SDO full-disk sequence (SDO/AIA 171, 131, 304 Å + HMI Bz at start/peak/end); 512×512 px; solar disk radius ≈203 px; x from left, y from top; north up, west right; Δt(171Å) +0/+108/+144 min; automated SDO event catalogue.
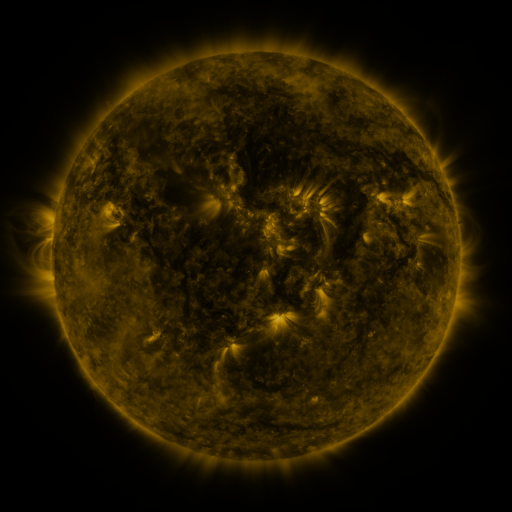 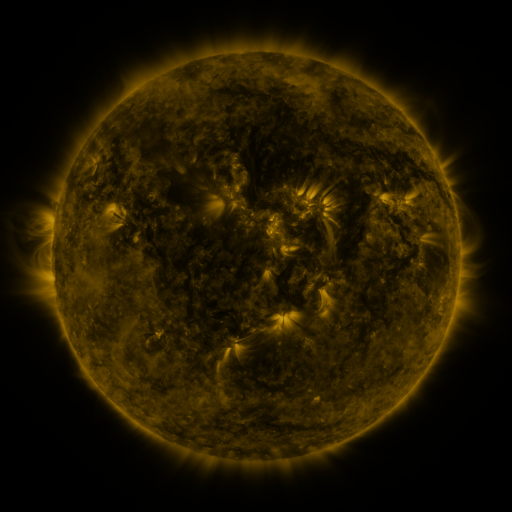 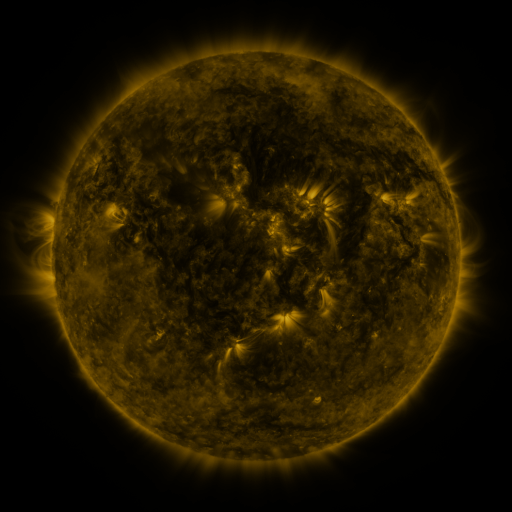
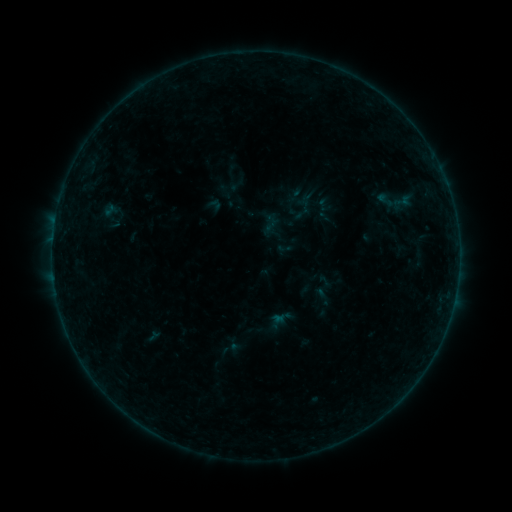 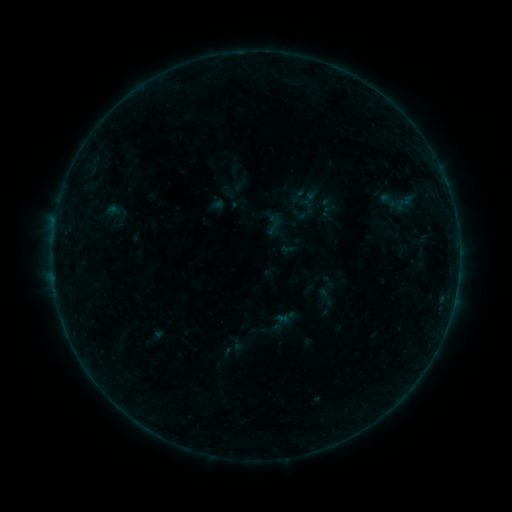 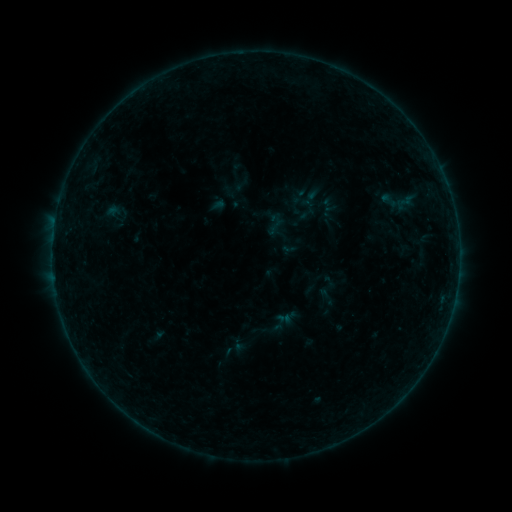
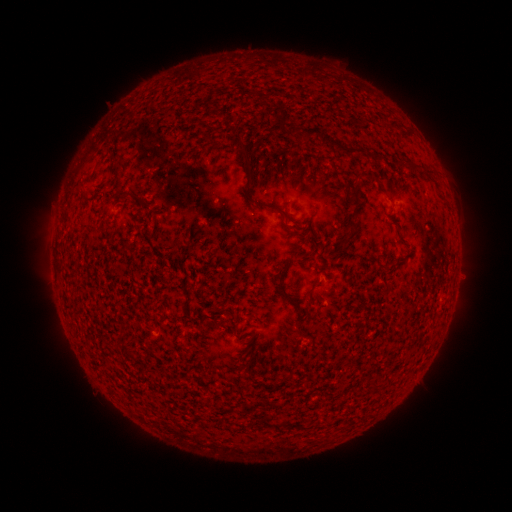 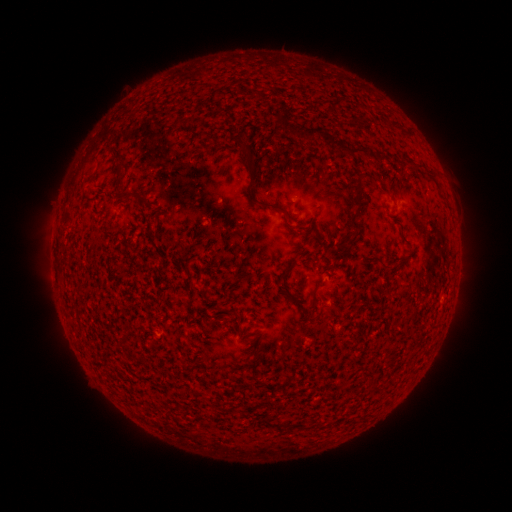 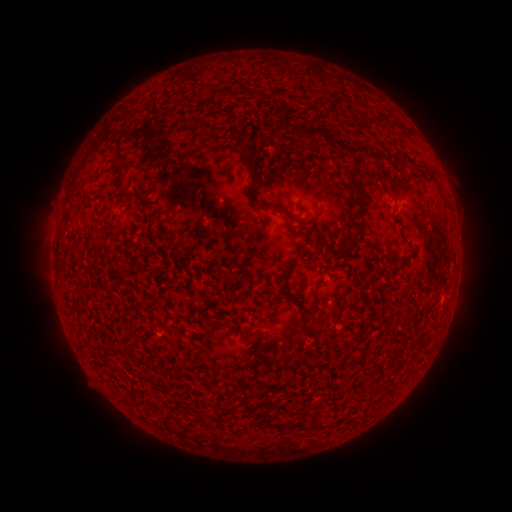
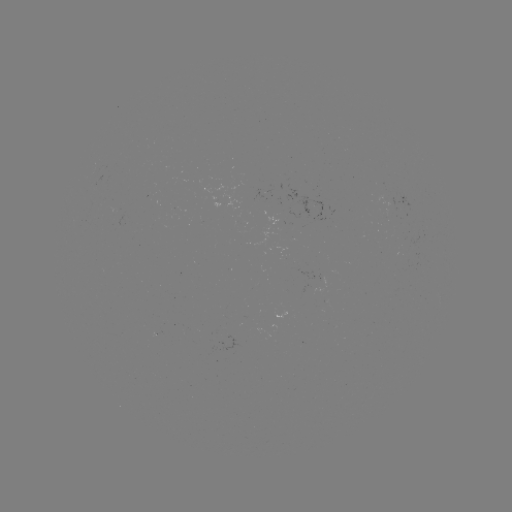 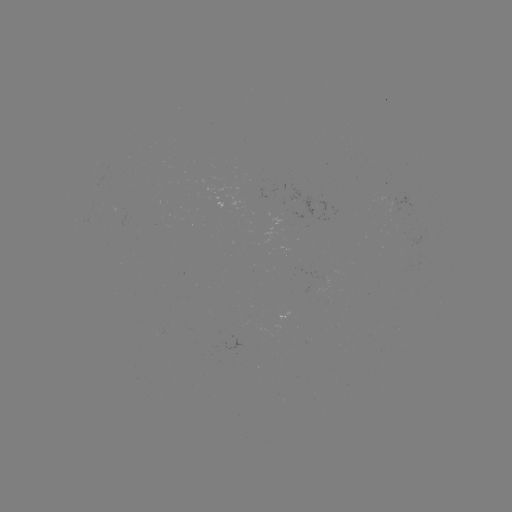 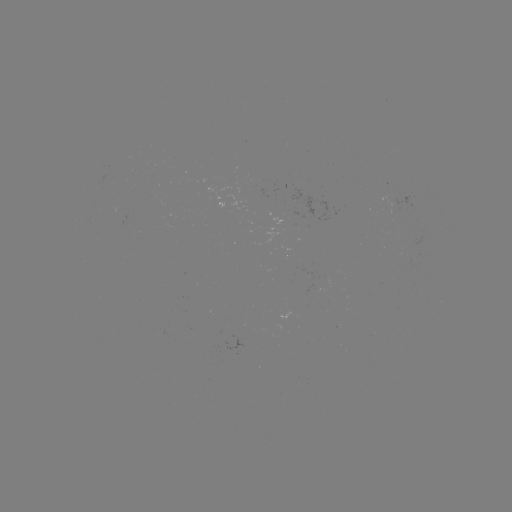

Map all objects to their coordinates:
emerging-flux region: (270, 191)
